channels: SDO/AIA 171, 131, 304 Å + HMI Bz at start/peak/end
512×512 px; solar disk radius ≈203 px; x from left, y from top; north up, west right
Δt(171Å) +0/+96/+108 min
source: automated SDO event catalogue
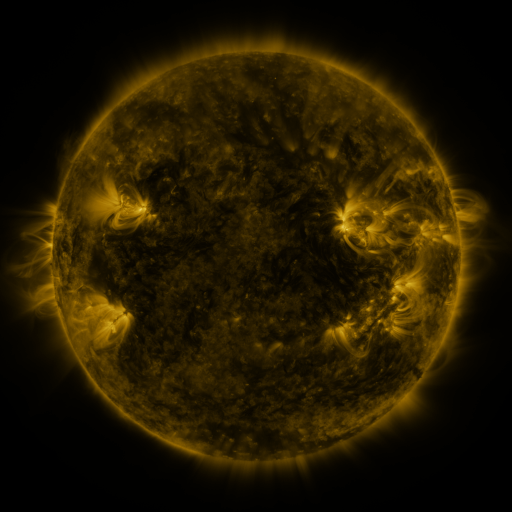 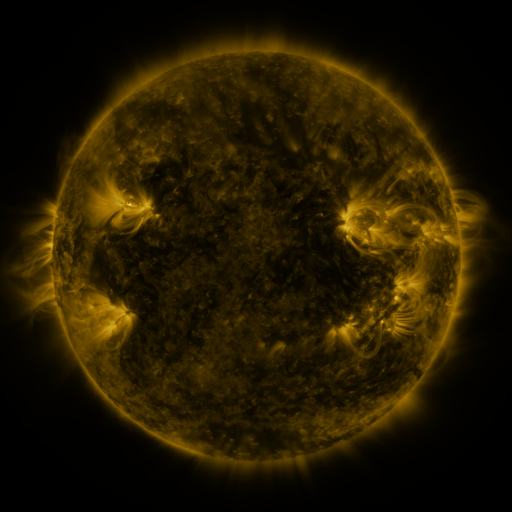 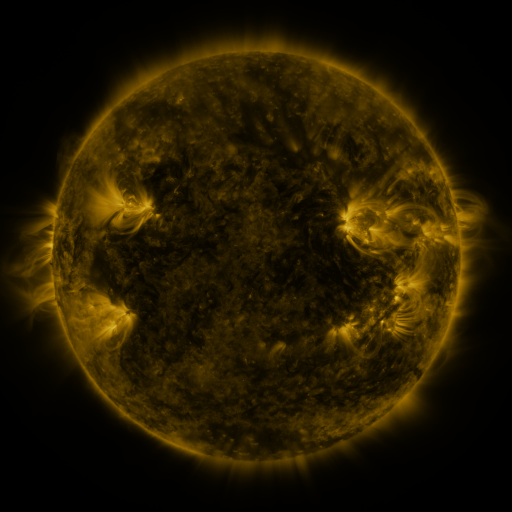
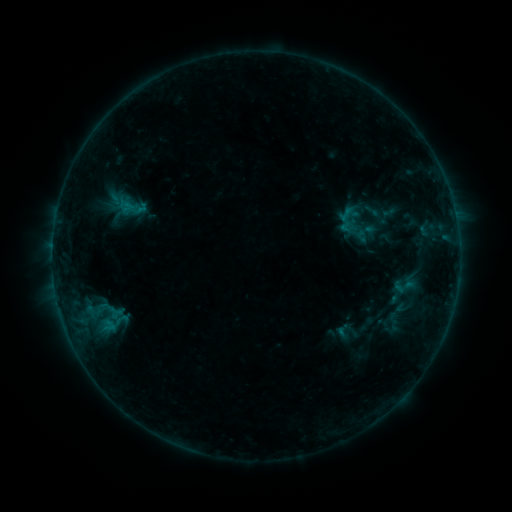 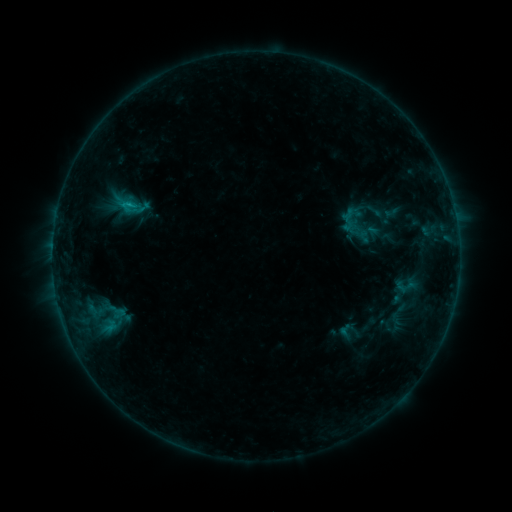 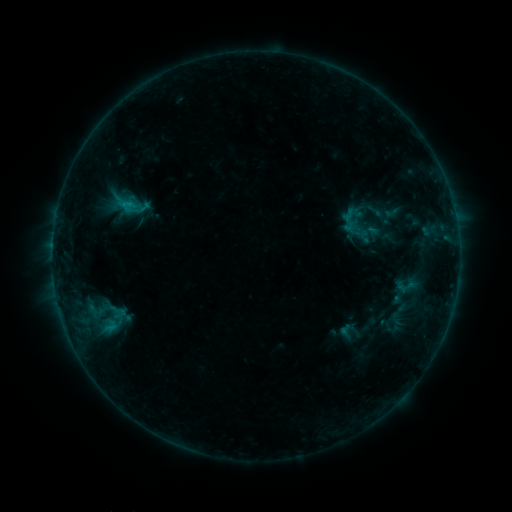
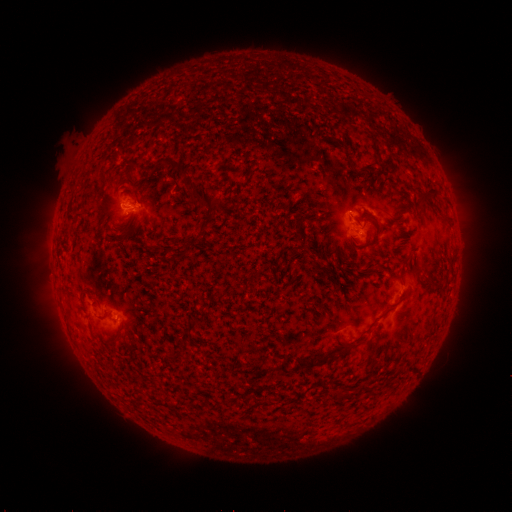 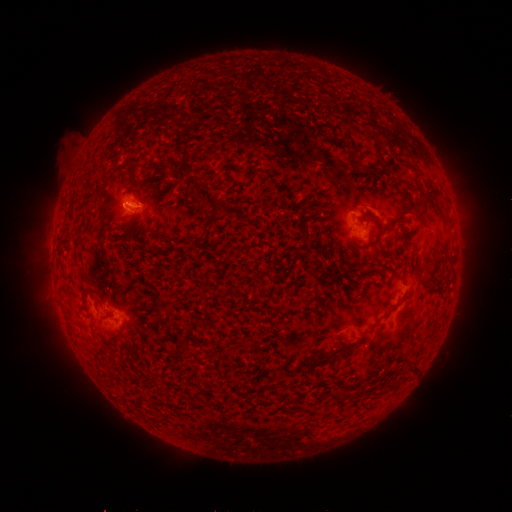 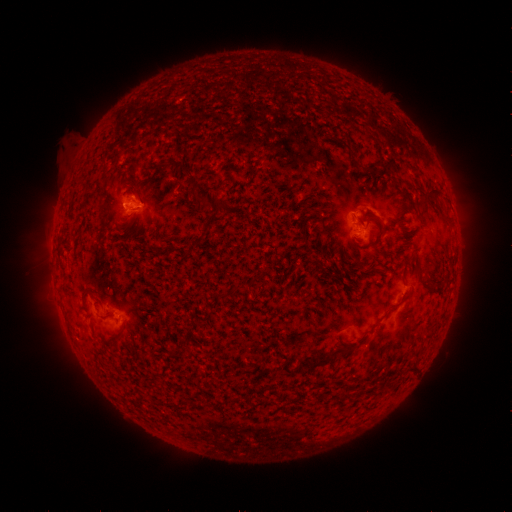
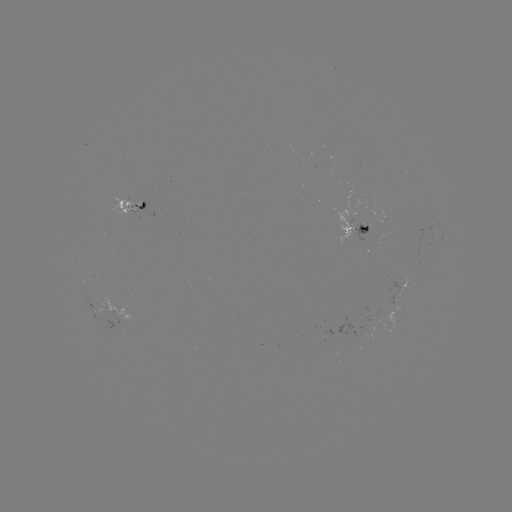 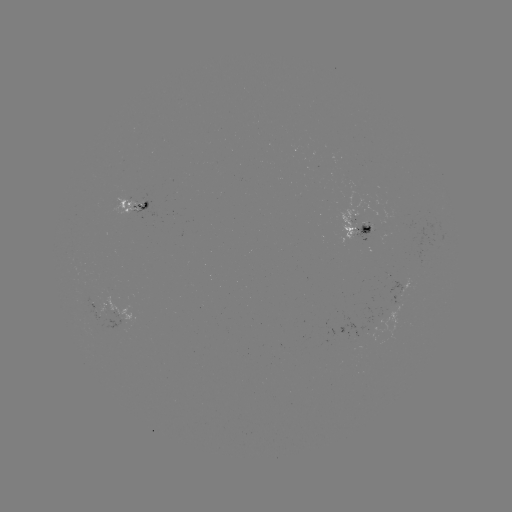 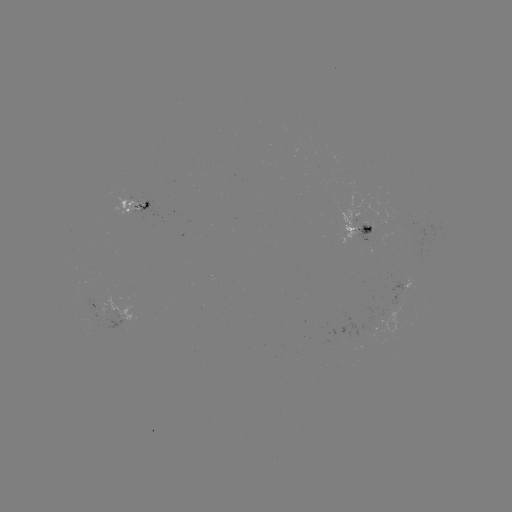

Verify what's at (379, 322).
emerging-flux region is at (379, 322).